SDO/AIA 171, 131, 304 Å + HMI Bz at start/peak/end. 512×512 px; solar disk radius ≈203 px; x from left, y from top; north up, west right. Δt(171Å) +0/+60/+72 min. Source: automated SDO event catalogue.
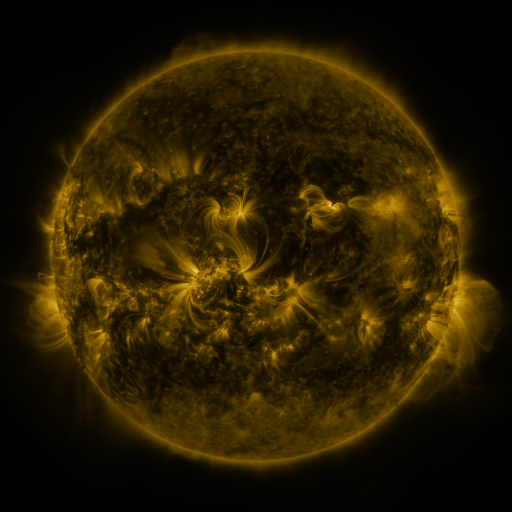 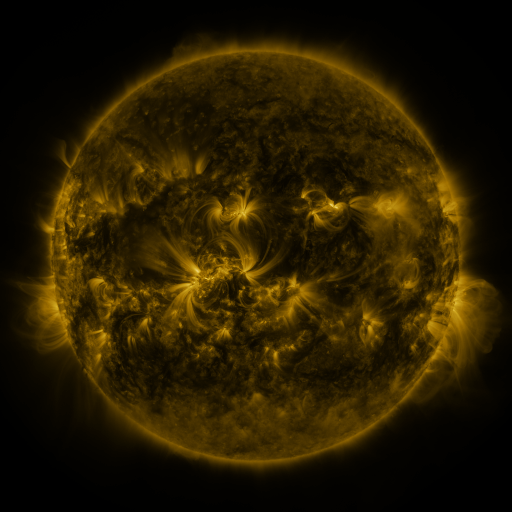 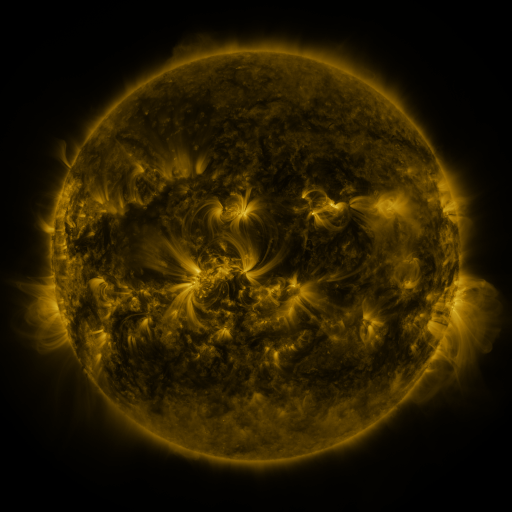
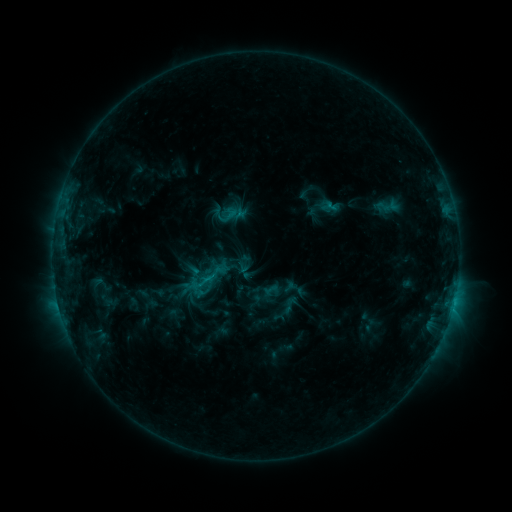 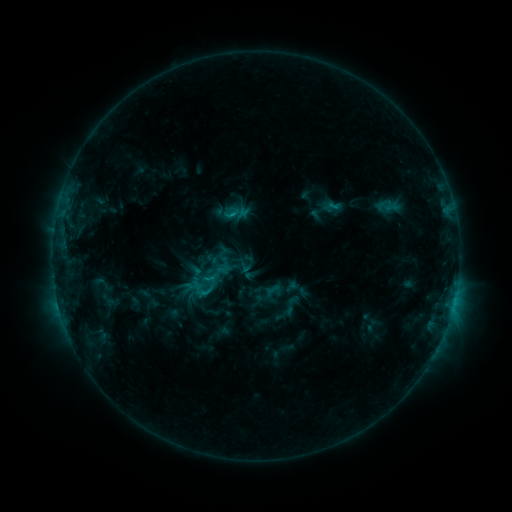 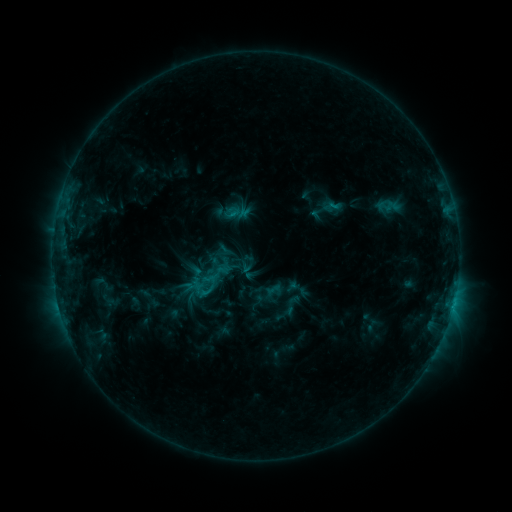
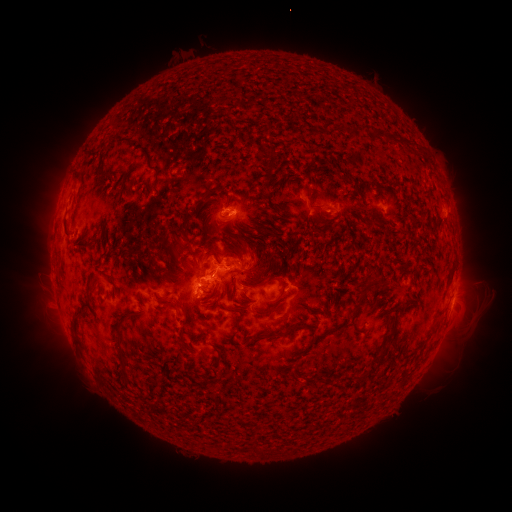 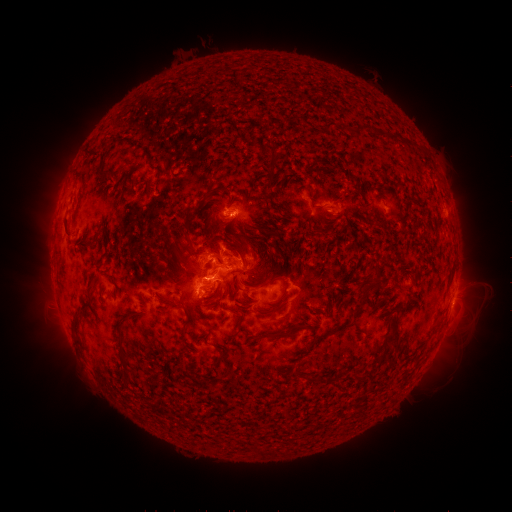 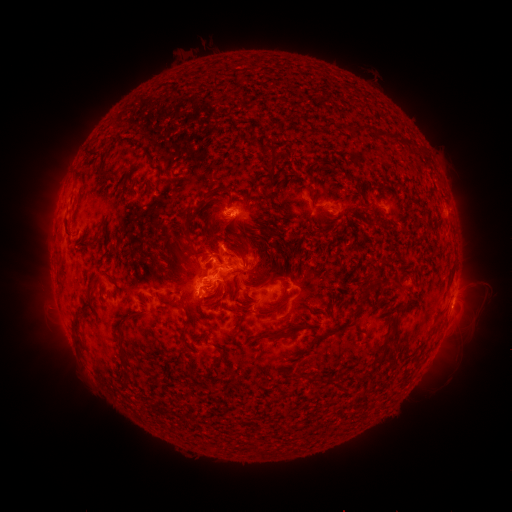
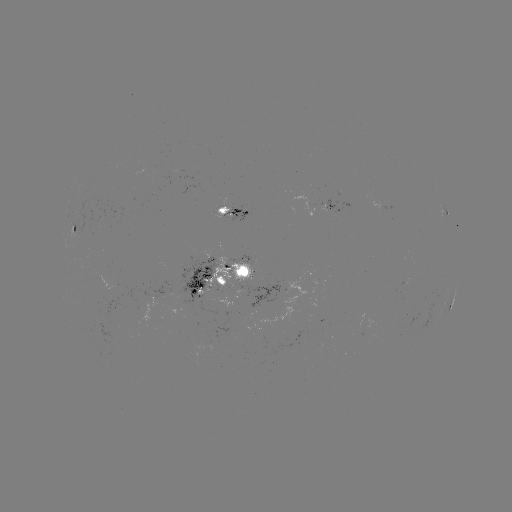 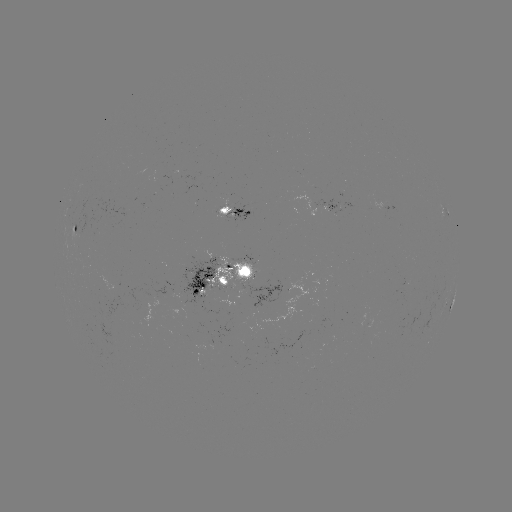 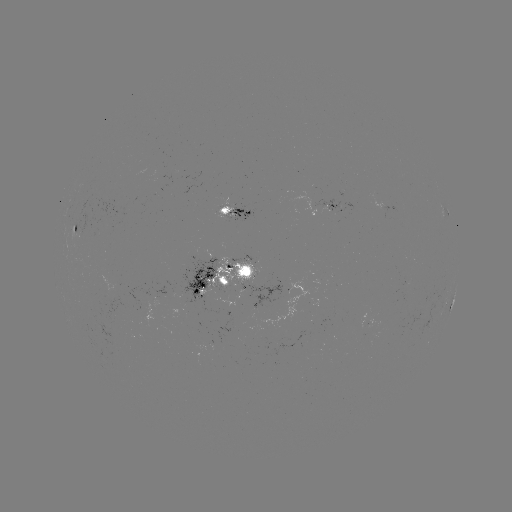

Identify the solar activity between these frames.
emerging-flux region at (223, 281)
